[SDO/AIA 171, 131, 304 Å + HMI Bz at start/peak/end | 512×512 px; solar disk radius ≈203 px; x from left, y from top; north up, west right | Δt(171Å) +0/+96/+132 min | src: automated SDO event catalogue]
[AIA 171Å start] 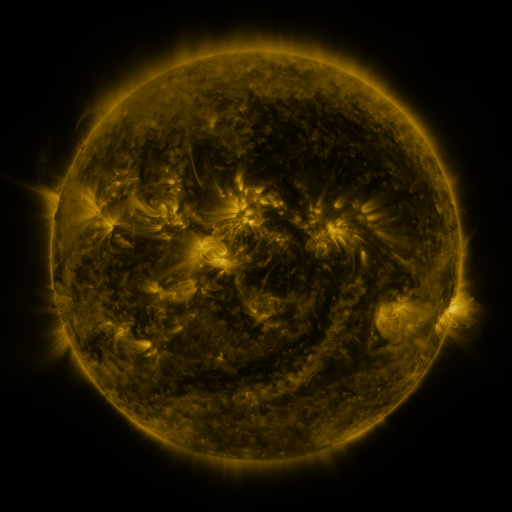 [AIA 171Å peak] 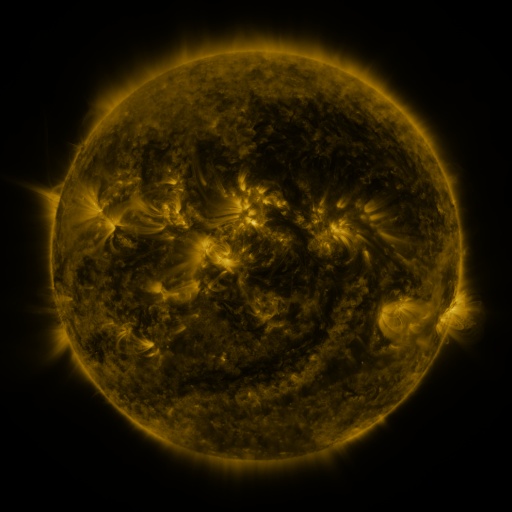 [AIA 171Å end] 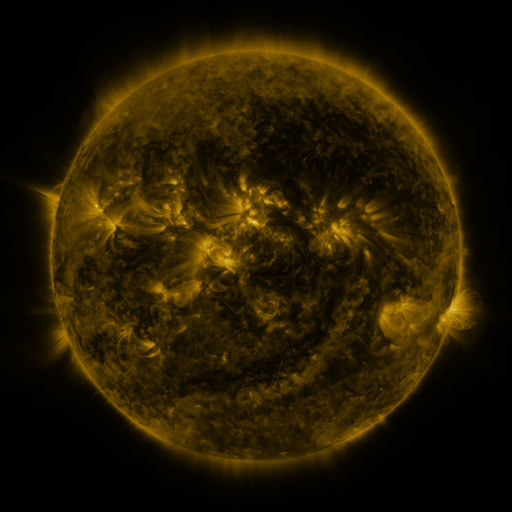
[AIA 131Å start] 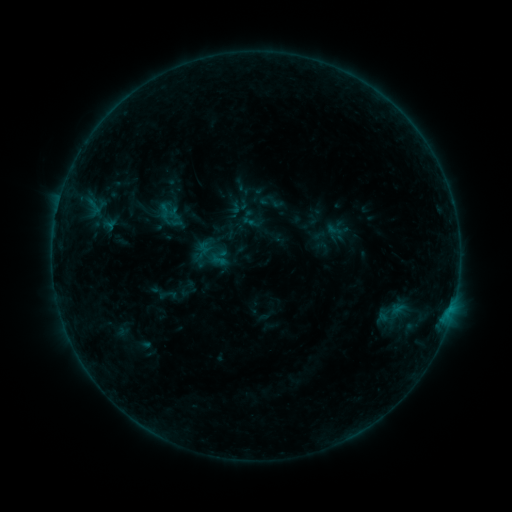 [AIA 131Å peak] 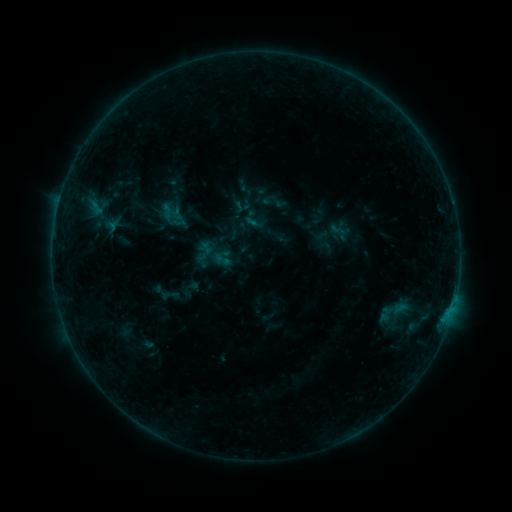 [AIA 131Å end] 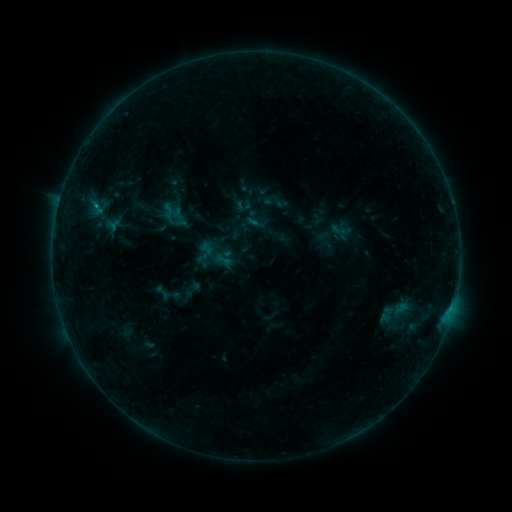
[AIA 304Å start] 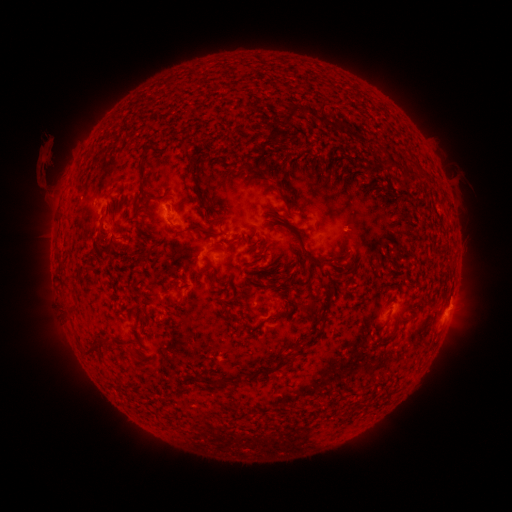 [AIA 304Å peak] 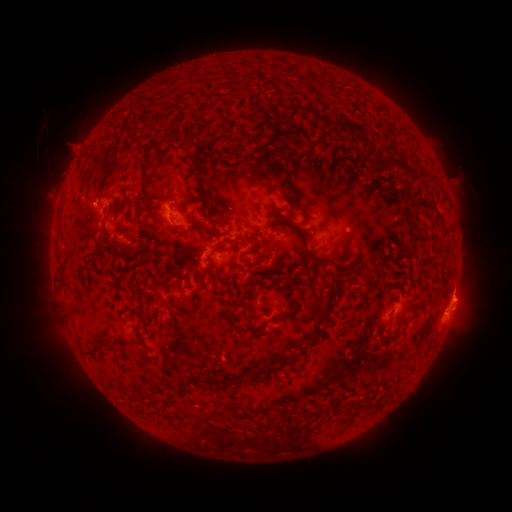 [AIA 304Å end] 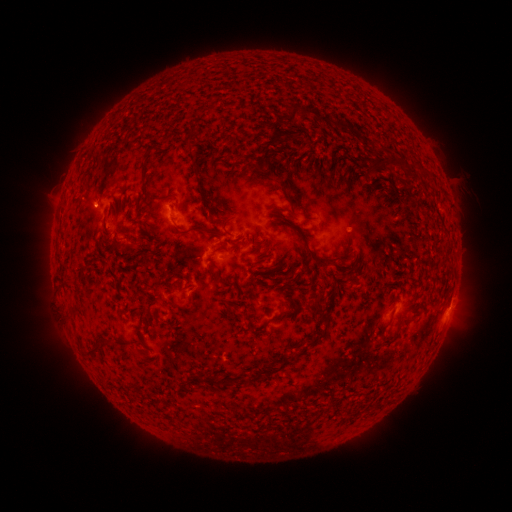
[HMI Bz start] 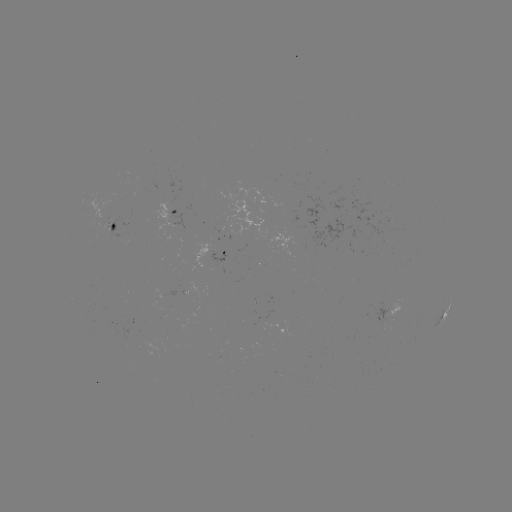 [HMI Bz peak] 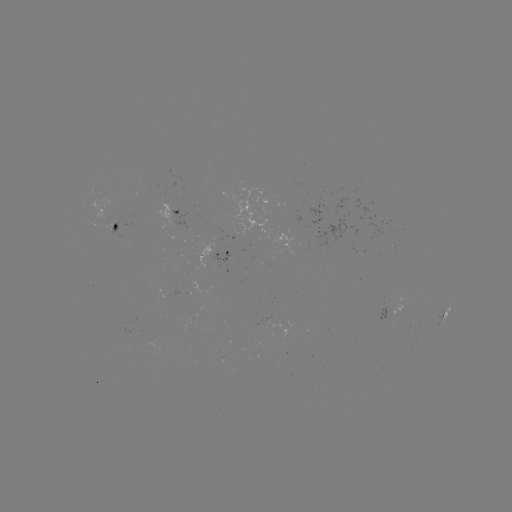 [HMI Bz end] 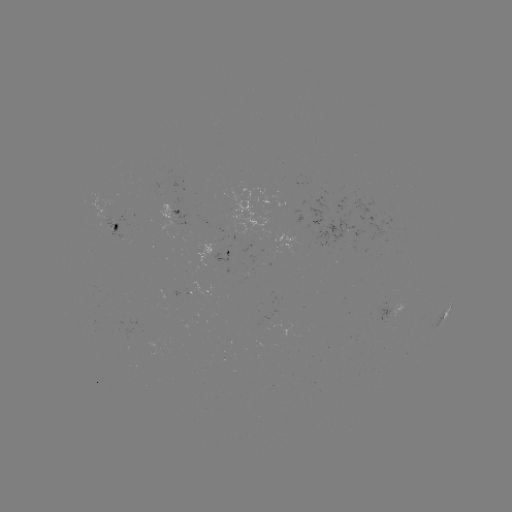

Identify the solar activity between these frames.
emerging-flux region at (107, 217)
